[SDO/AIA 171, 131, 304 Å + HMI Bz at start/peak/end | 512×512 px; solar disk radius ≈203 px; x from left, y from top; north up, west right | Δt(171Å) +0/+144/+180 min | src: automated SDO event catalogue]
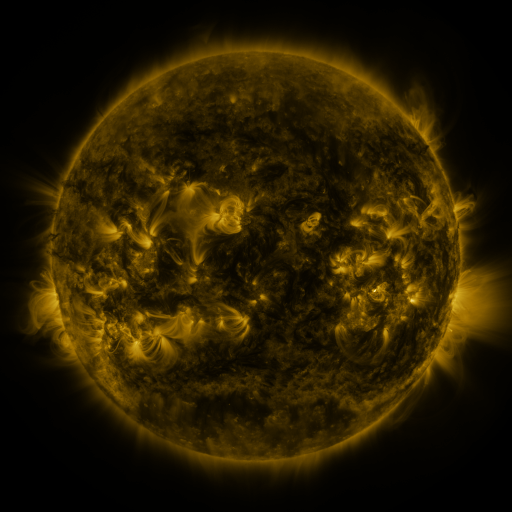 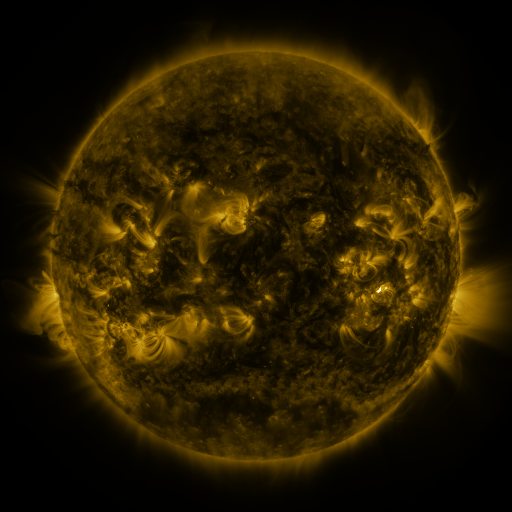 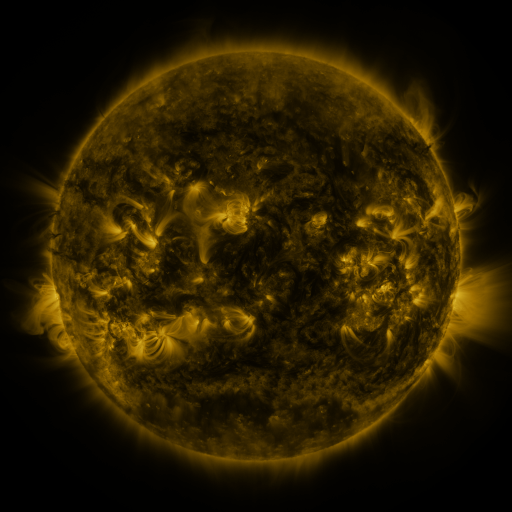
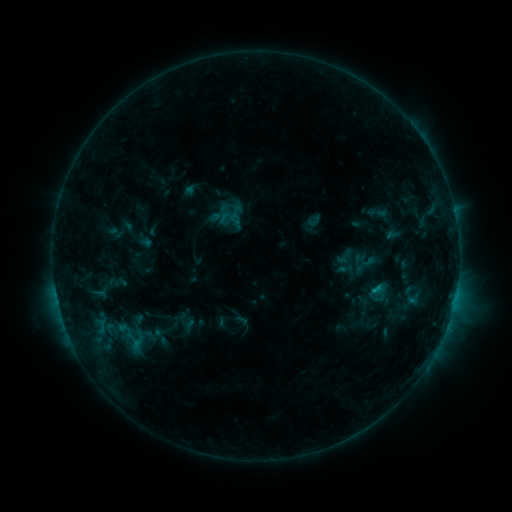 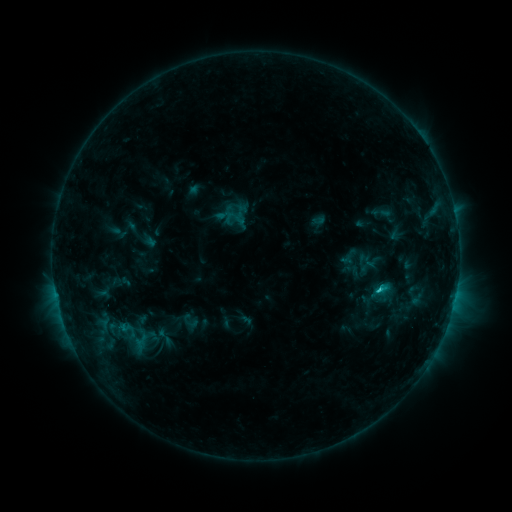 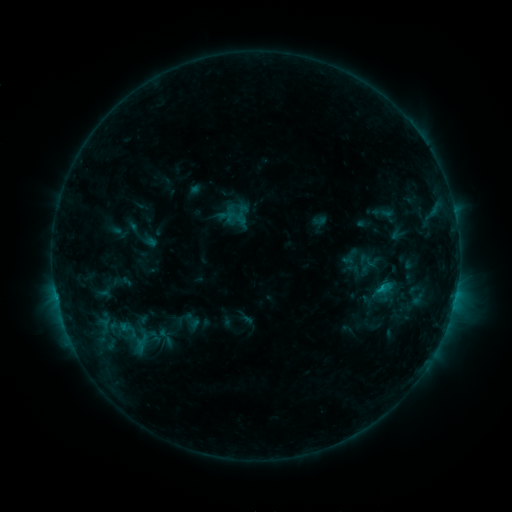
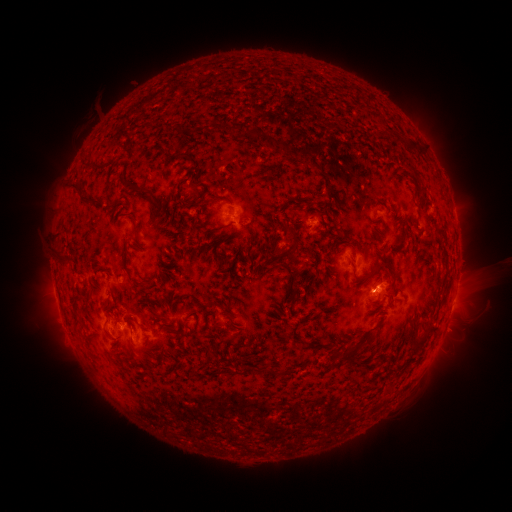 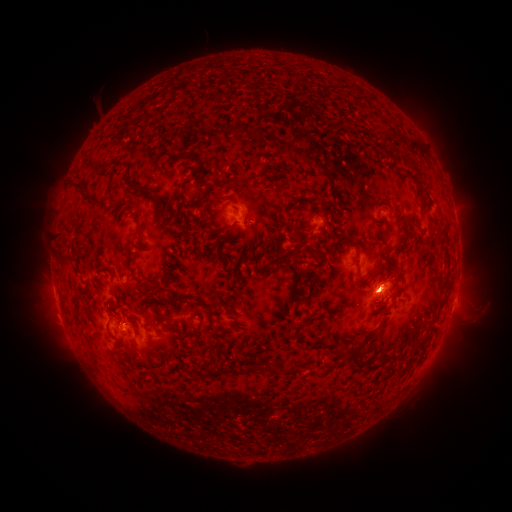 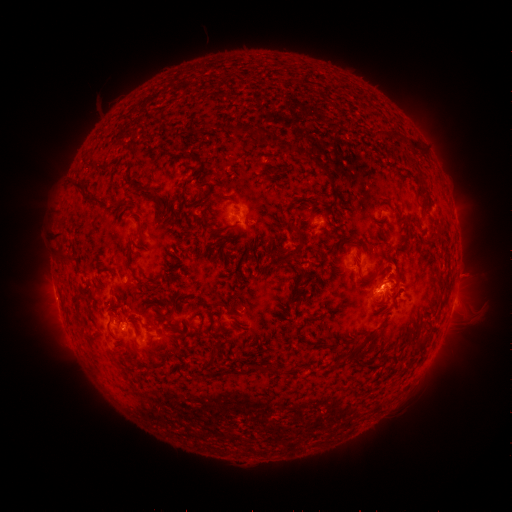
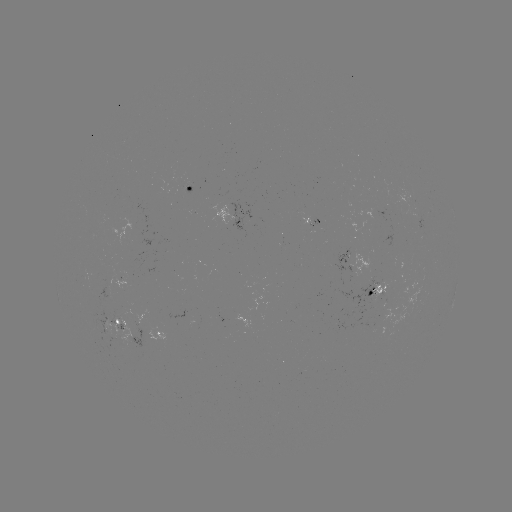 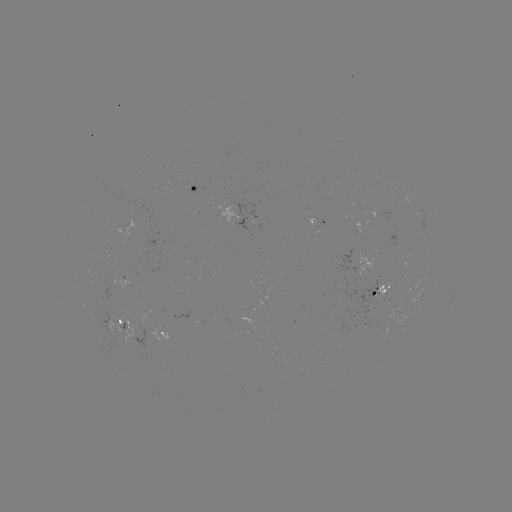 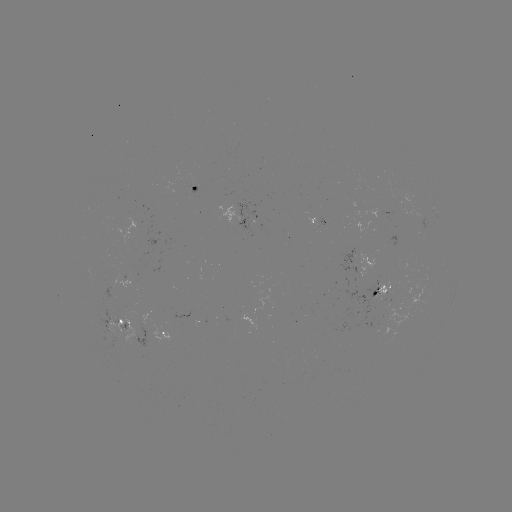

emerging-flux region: [417, 215, 428, 231]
